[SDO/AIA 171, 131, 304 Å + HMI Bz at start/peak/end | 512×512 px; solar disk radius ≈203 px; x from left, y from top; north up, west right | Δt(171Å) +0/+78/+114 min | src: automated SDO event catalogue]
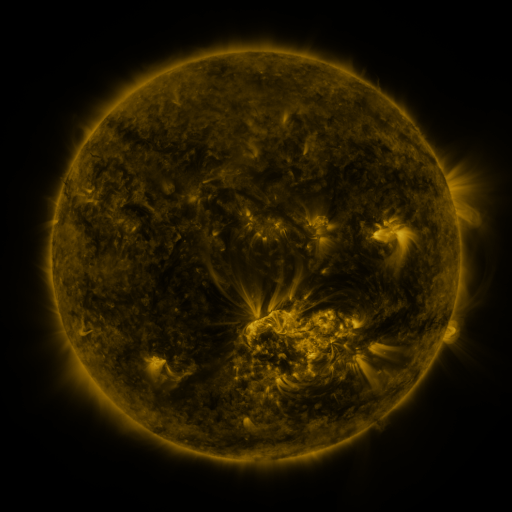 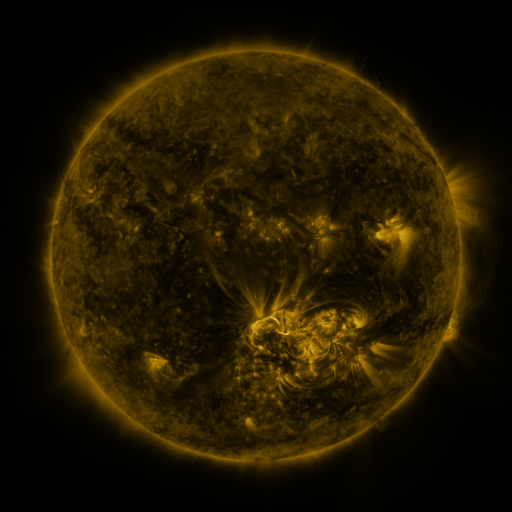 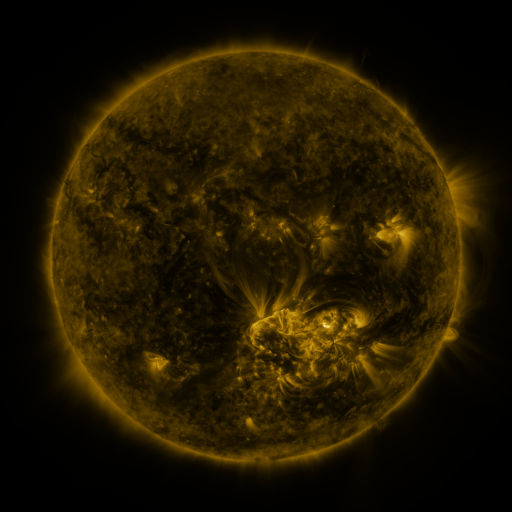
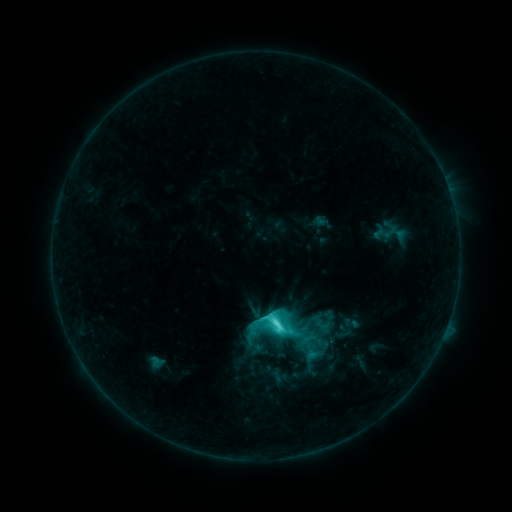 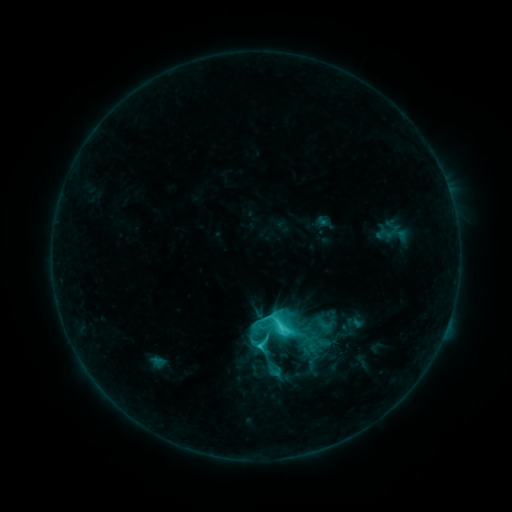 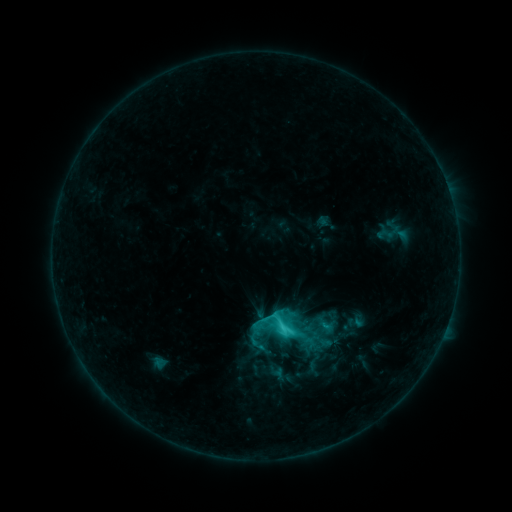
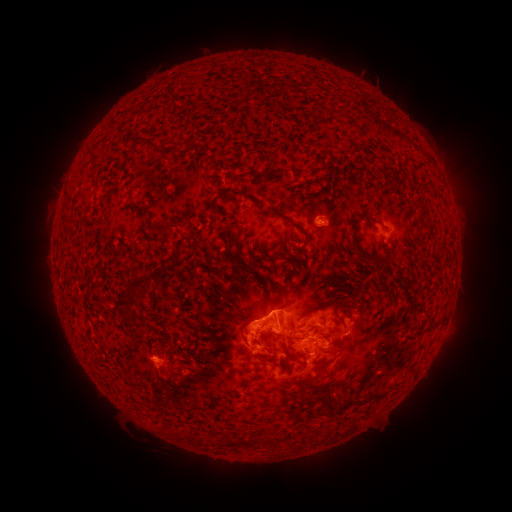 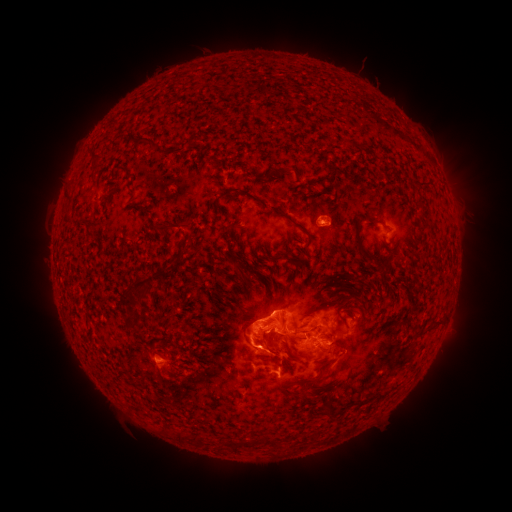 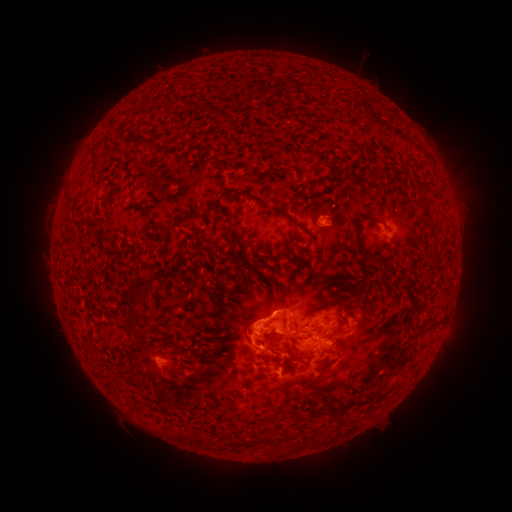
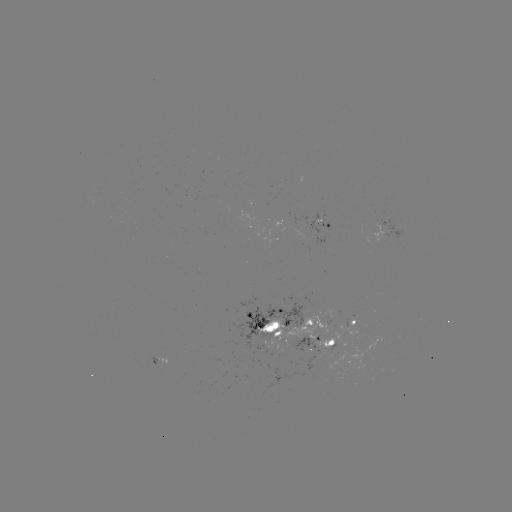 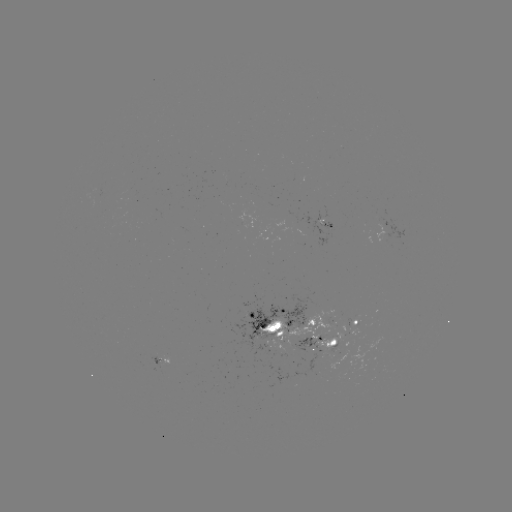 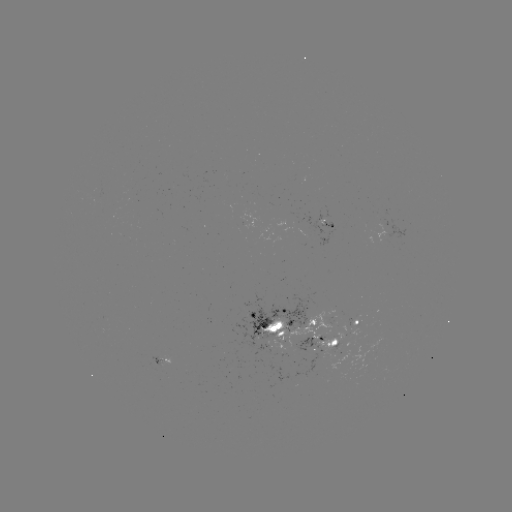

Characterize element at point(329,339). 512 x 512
emerging-flux region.